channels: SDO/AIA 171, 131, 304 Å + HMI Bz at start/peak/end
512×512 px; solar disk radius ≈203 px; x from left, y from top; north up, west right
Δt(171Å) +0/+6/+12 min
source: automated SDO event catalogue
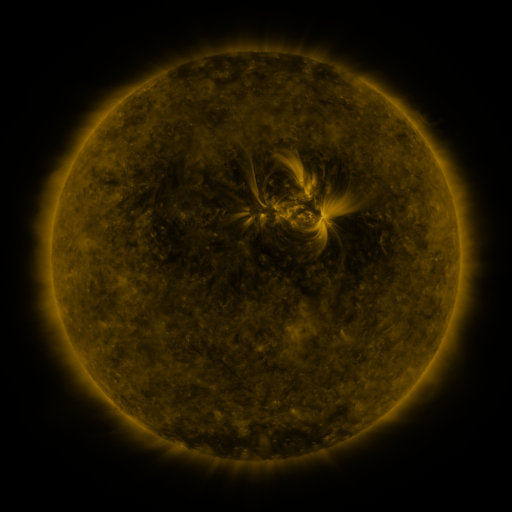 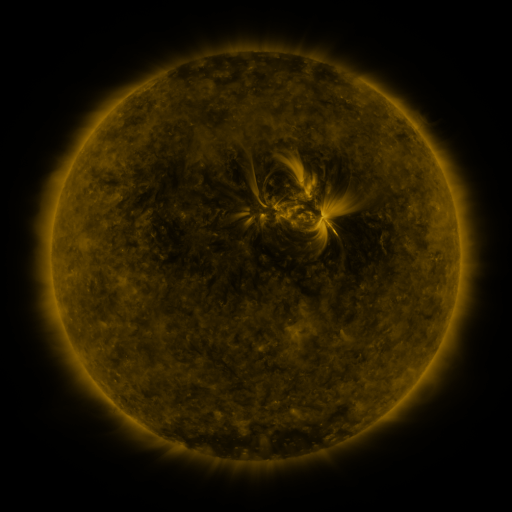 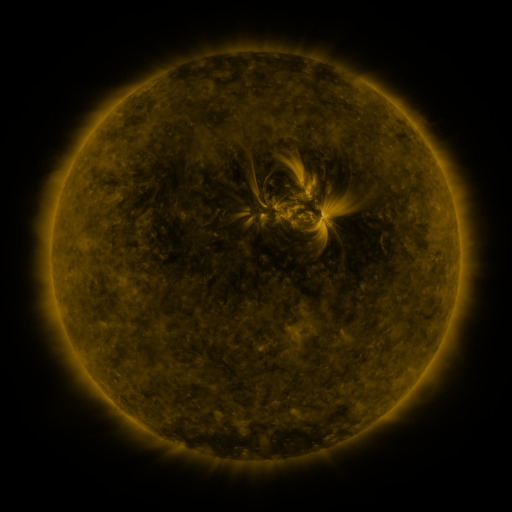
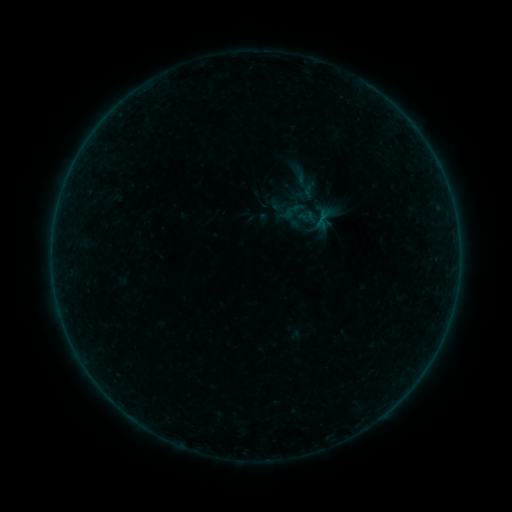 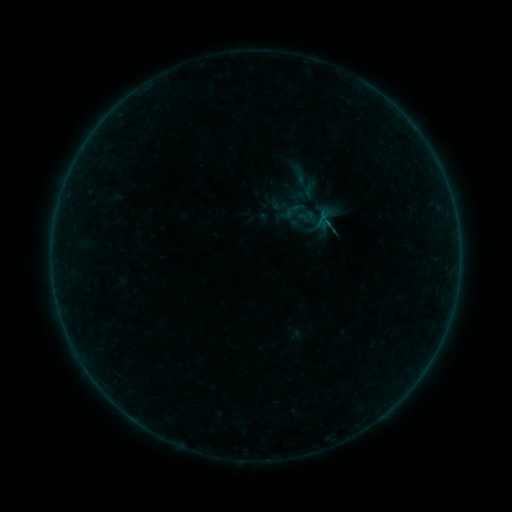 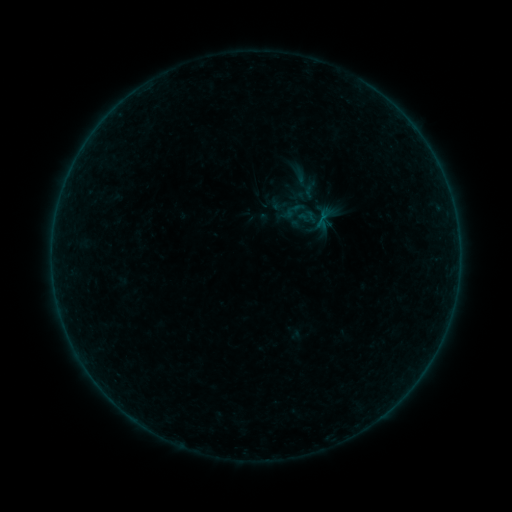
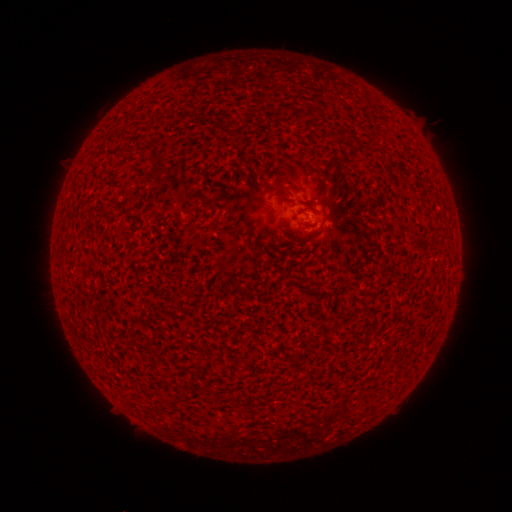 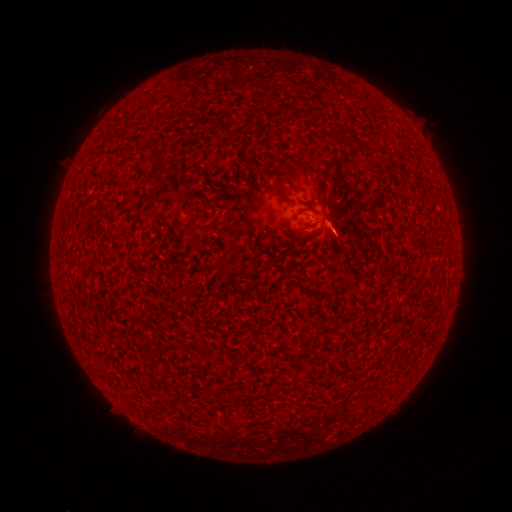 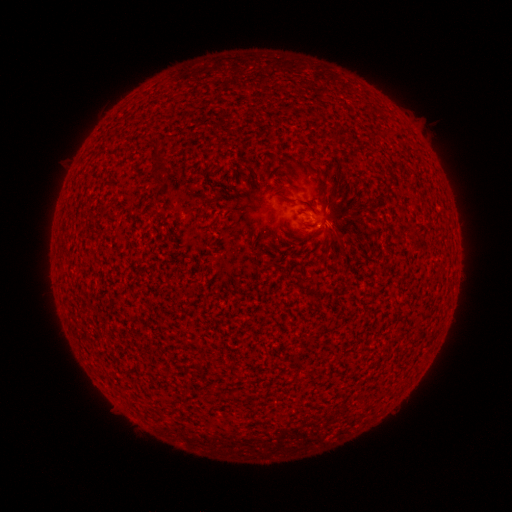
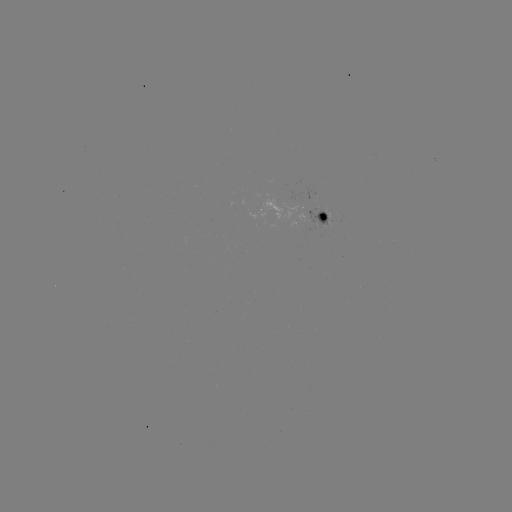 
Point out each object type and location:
B1.3 flare: (325, 226)
